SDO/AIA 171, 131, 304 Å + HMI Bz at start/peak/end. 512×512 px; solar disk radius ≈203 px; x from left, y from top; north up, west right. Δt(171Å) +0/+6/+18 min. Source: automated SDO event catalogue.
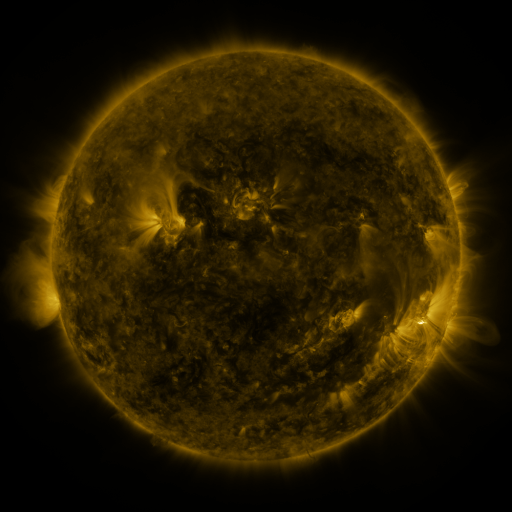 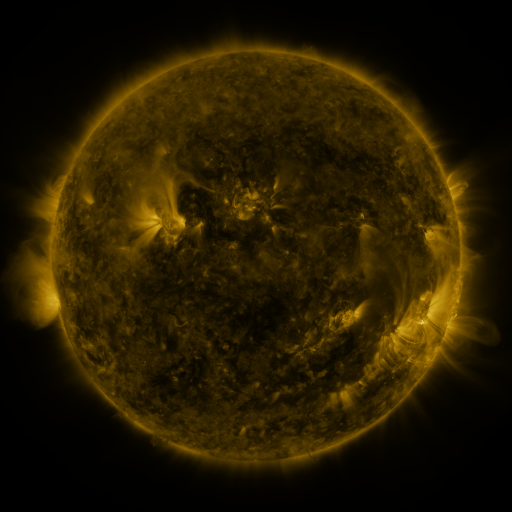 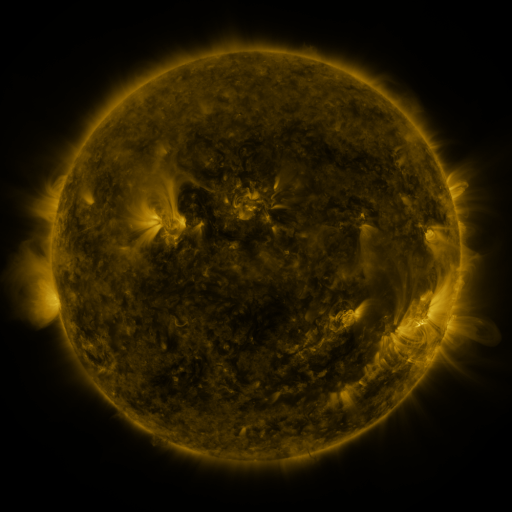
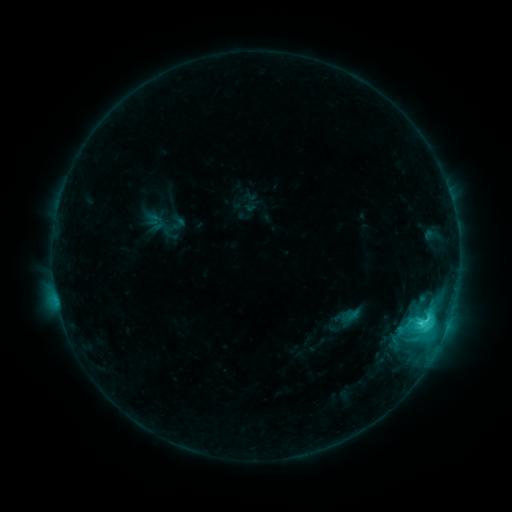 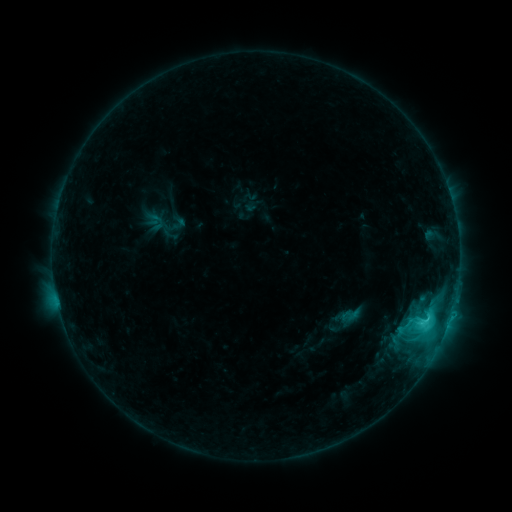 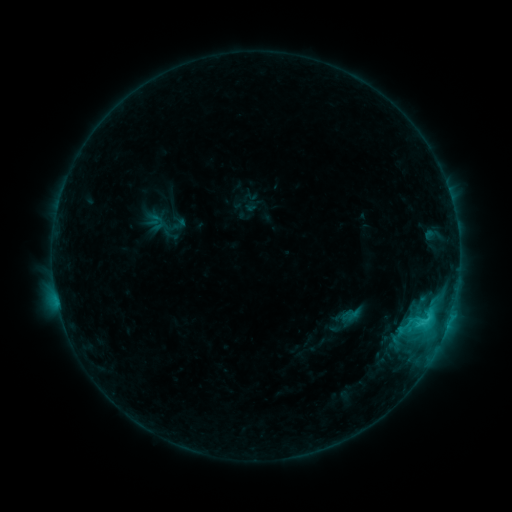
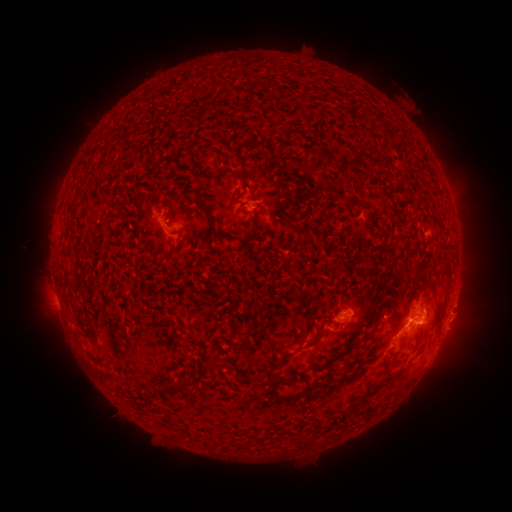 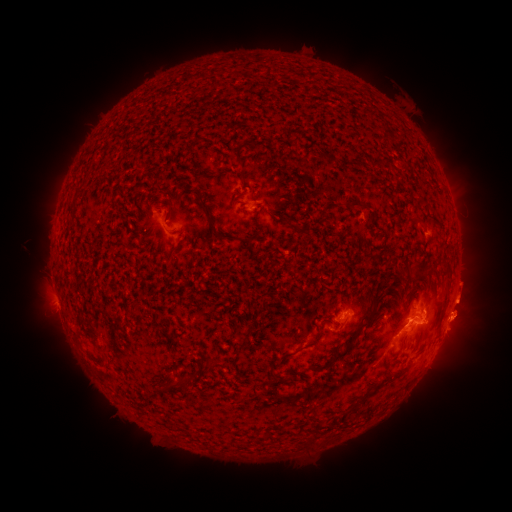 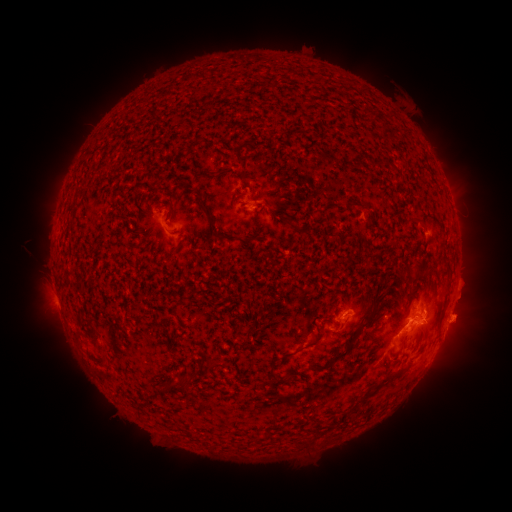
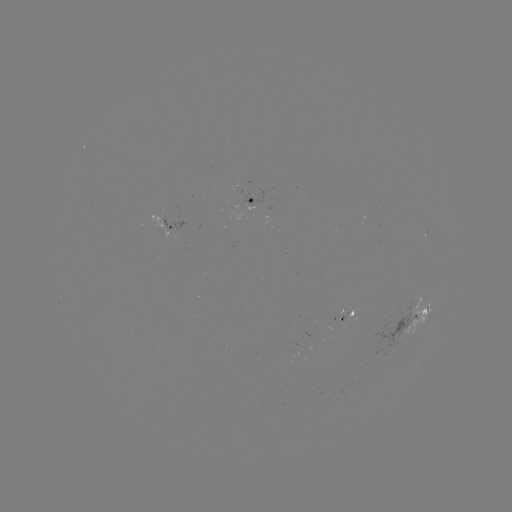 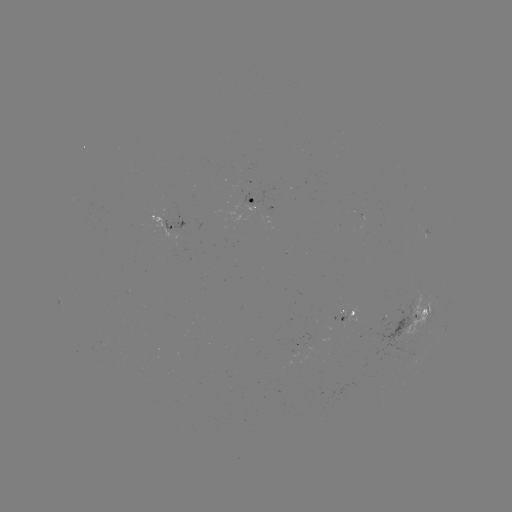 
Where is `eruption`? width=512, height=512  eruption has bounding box [433, 263, 511, 357].